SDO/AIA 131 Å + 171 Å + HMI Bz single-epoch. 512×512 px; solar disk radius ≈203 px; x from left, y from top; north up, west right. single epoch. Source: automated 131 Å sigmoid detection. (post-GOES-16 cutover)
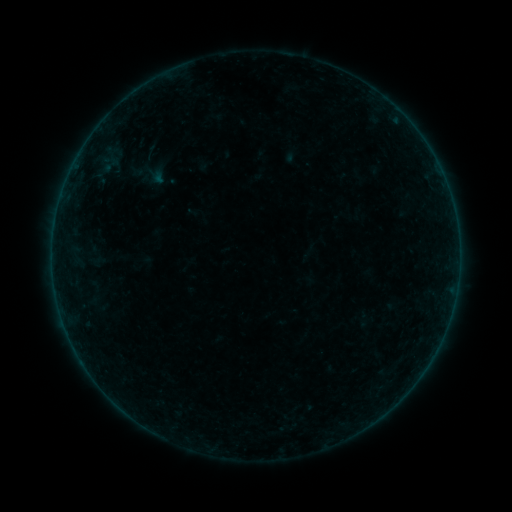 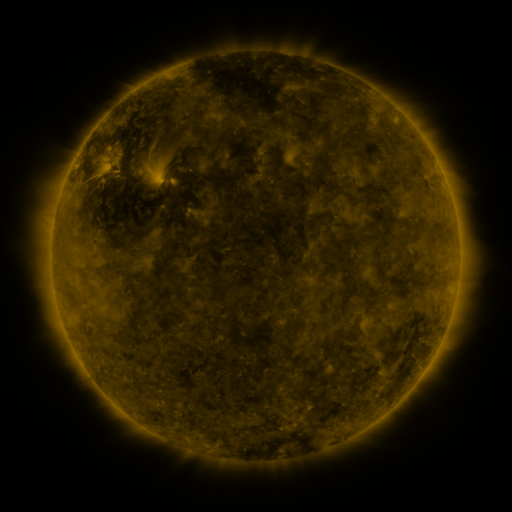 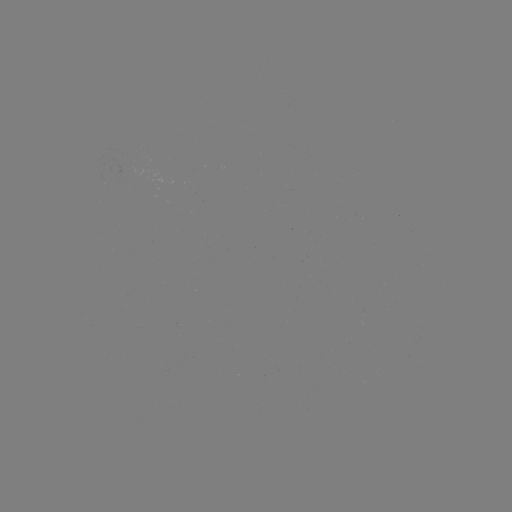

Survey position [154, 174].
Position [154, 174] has sigmoid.